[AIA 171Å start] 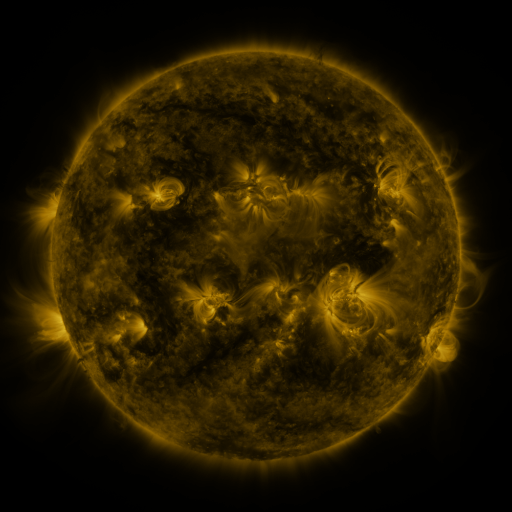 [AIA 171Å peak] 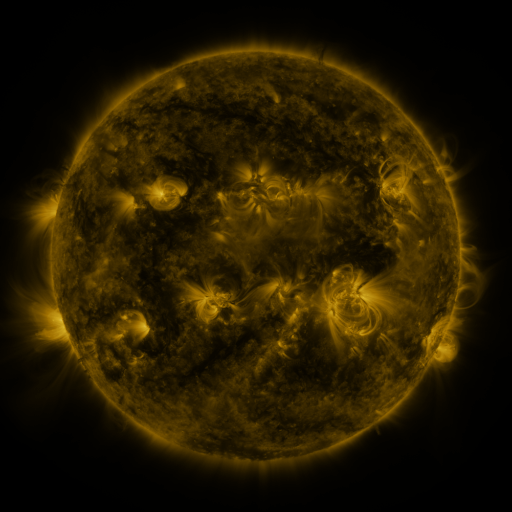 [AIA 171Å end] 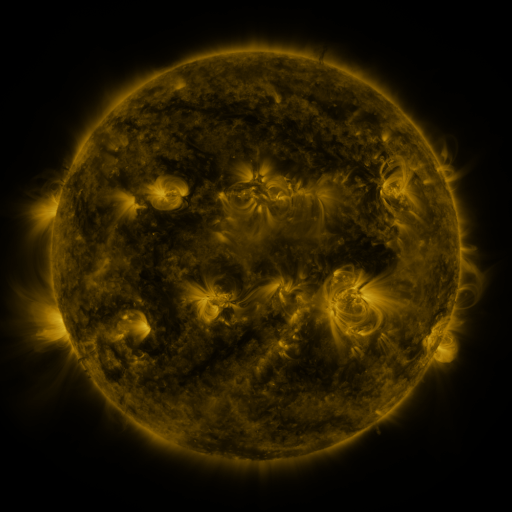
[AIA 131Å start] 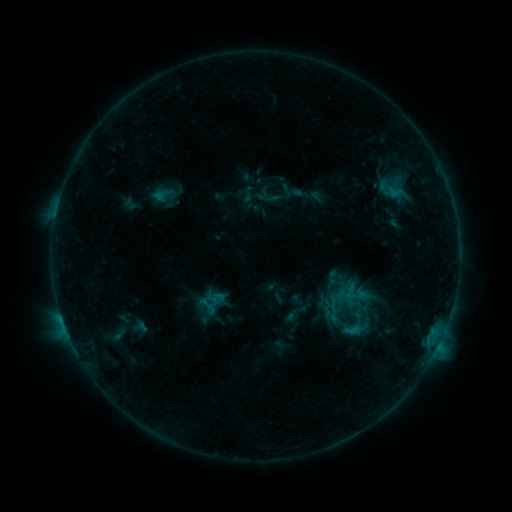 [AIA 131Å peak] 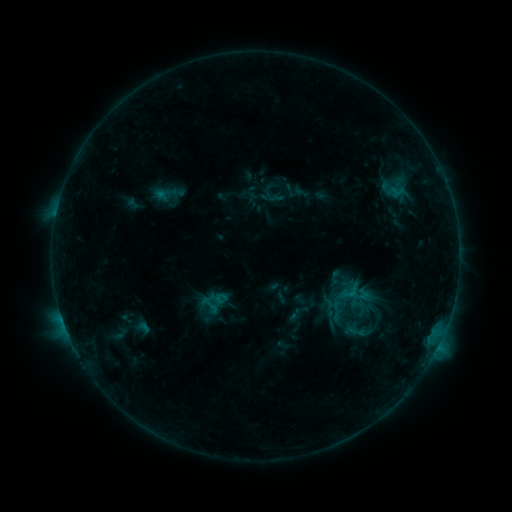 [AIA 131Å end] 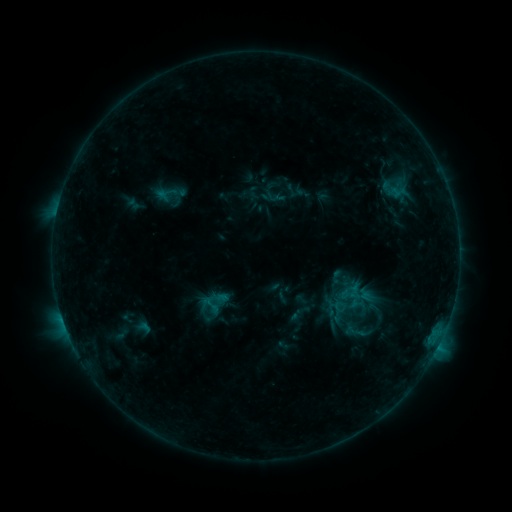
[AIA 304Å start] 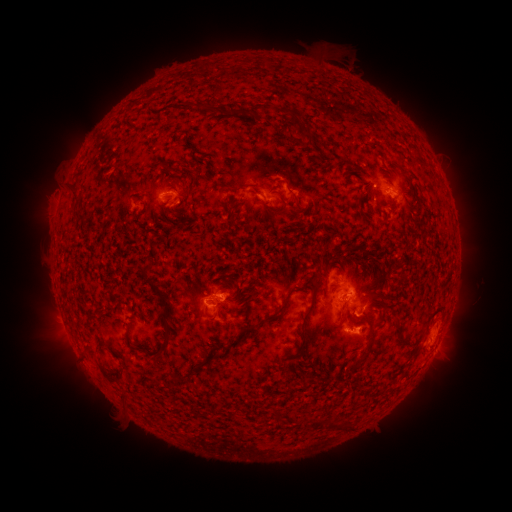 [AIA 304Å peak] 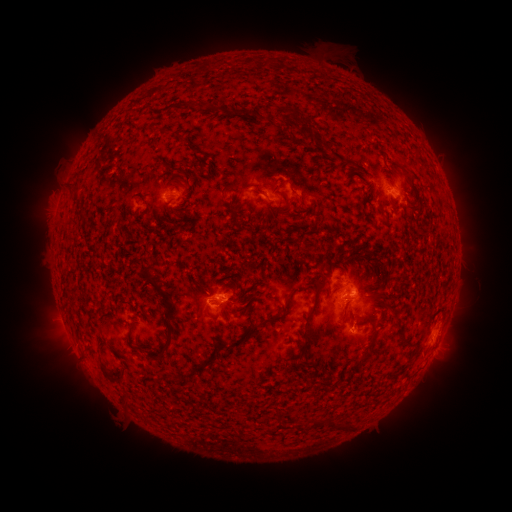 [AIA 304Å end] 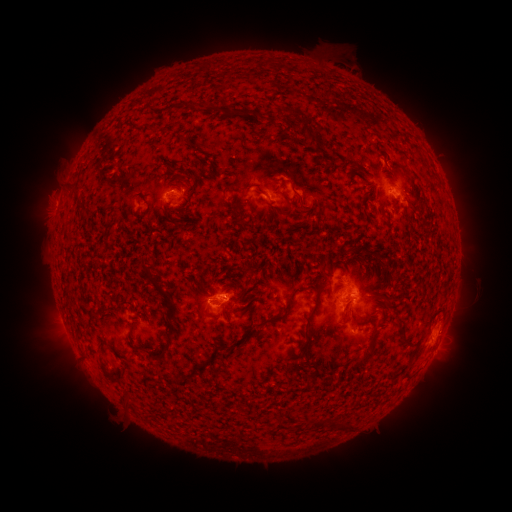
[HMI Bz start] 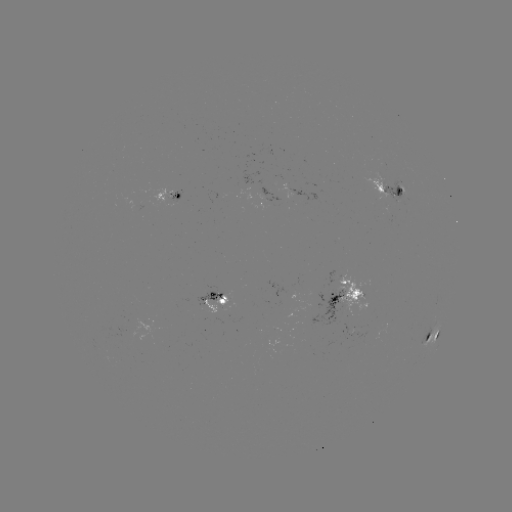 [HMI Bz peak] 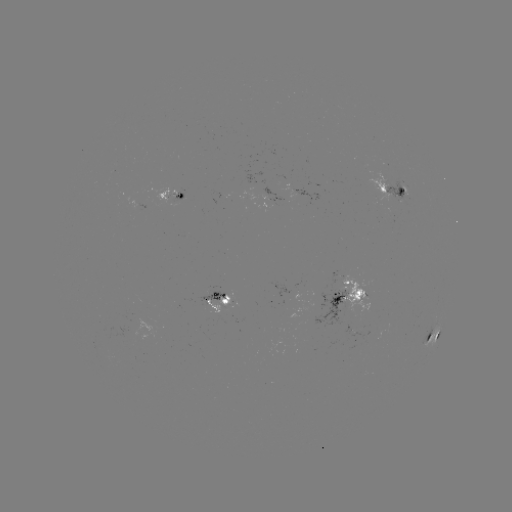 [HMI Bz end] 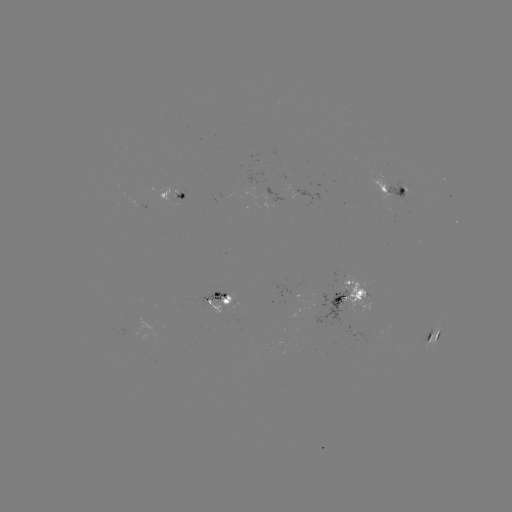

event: emerging-flux region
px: (350, 300)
